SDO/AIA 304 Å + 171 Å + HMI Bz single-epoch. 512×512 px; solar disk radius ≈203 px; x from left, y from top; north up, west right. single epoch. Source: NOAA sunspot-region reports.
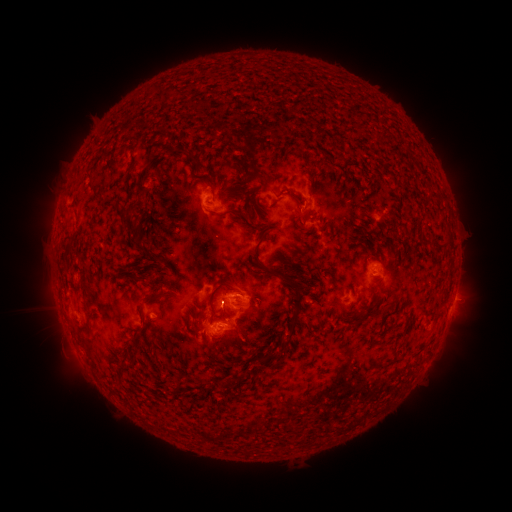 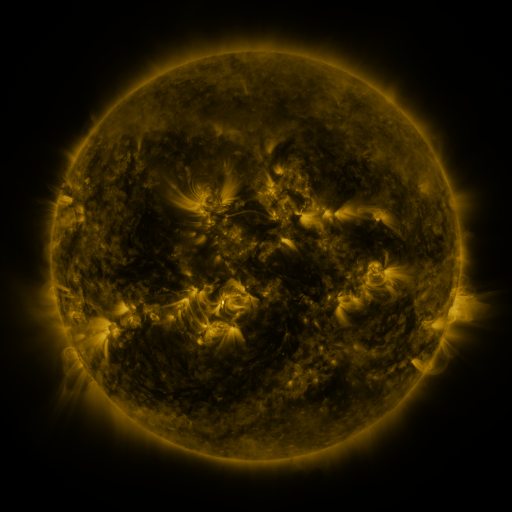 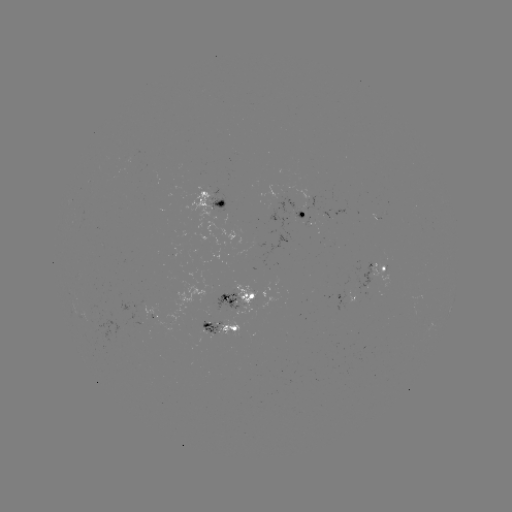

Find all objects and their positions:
spotted active region: (215, 200)
spotted active region: (300, 214)
spotted active region: (381, 270)
spotted active region: (242, 298)
spotted active region: (349, 298)
spotted active region: (454, 298)
spotted active region: (222, 329)
